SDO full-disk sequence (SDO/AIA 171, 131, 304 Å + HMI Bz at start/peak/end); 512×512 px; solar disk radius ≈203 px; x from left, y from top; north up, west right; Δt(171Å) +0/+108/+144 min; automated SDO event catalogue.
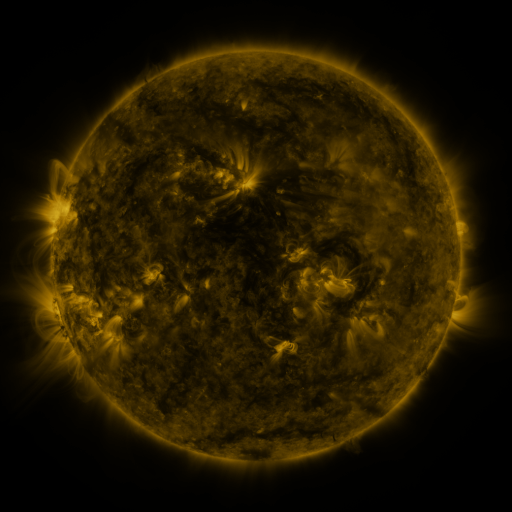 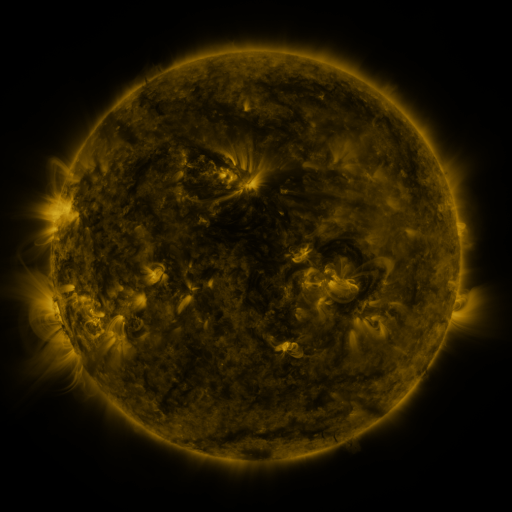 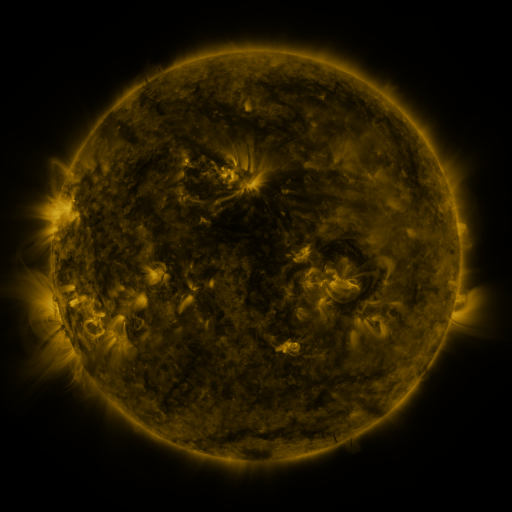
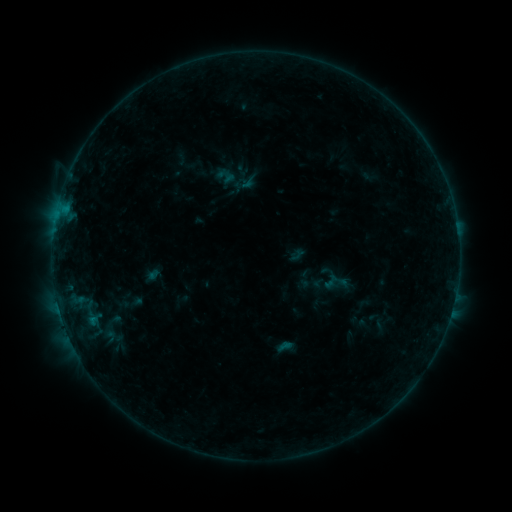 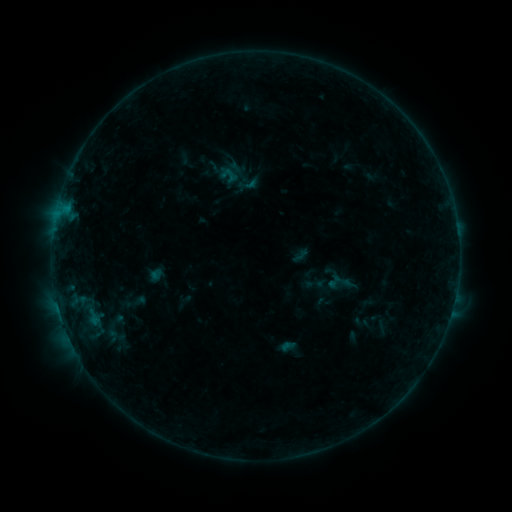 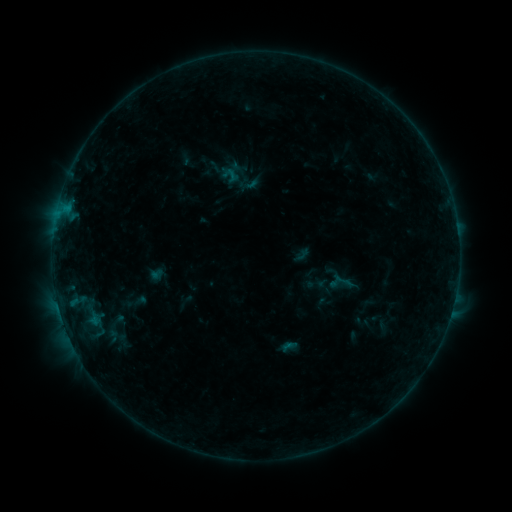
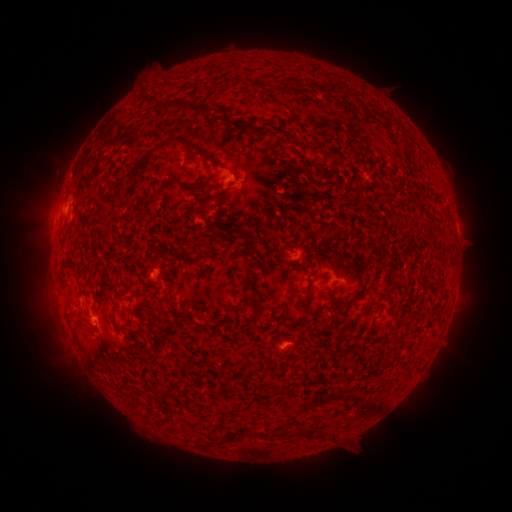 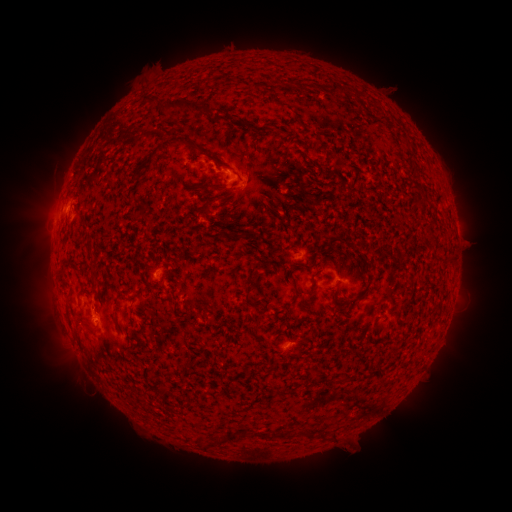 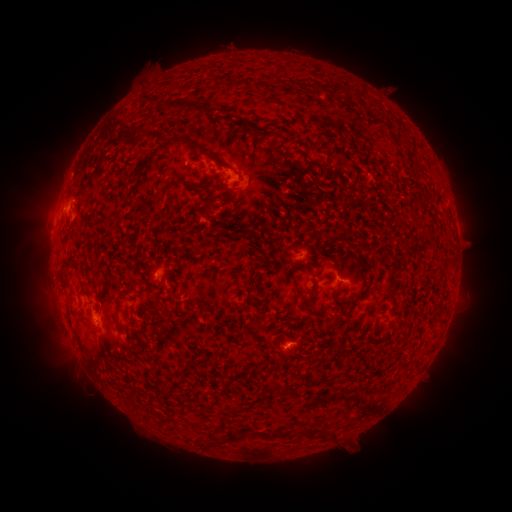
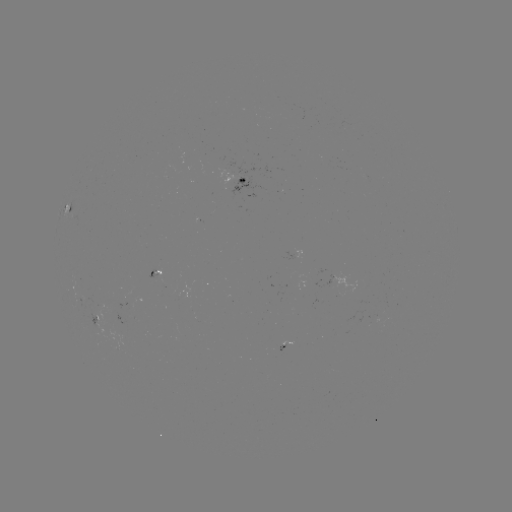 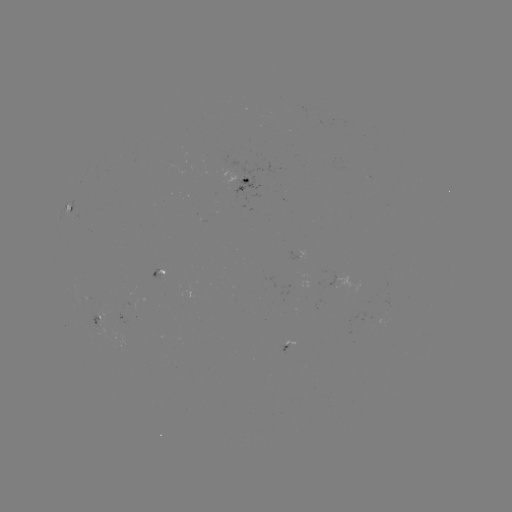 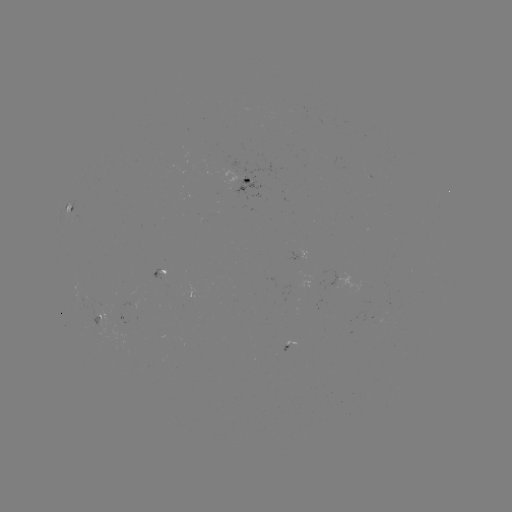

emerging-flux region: [222, 169, 237, 184]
